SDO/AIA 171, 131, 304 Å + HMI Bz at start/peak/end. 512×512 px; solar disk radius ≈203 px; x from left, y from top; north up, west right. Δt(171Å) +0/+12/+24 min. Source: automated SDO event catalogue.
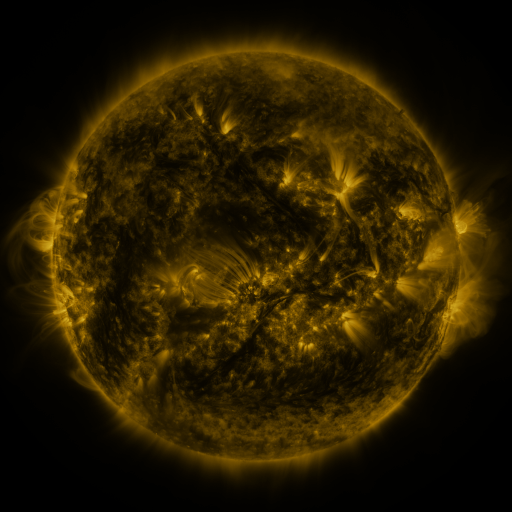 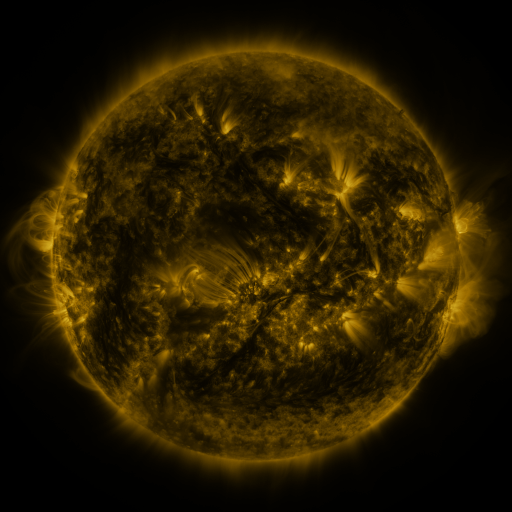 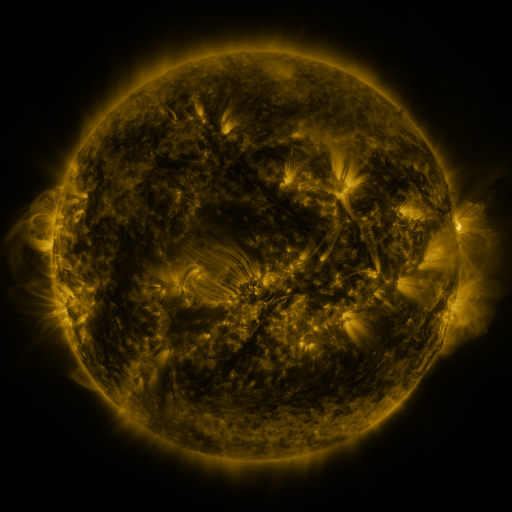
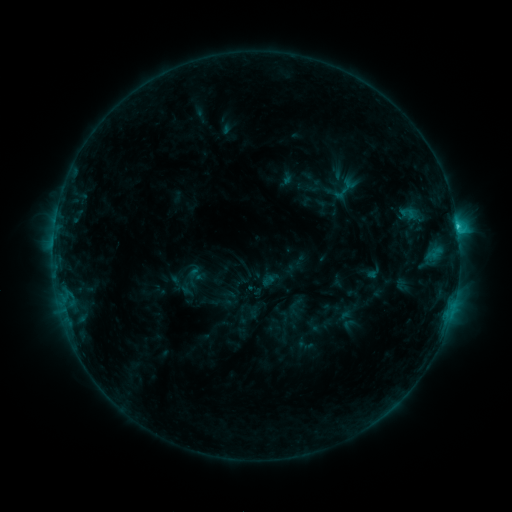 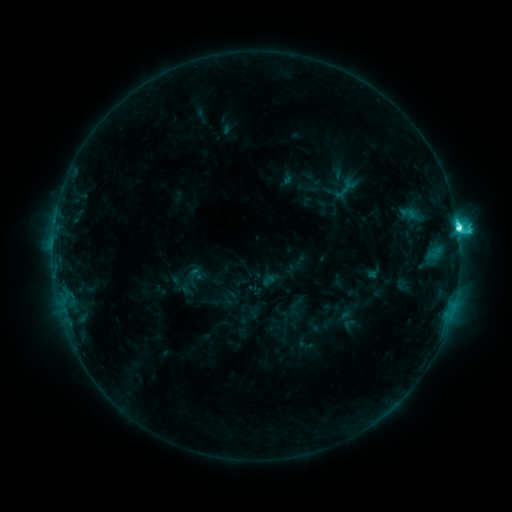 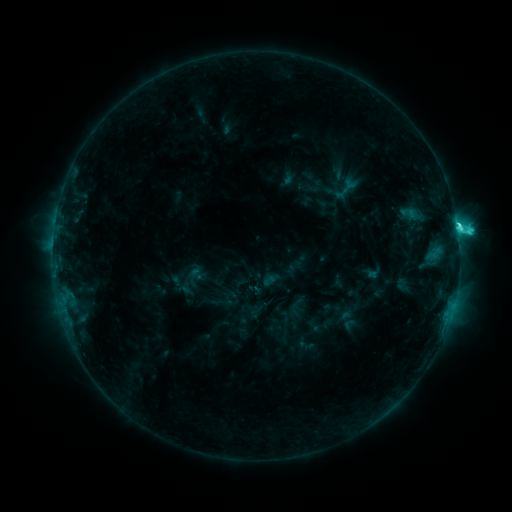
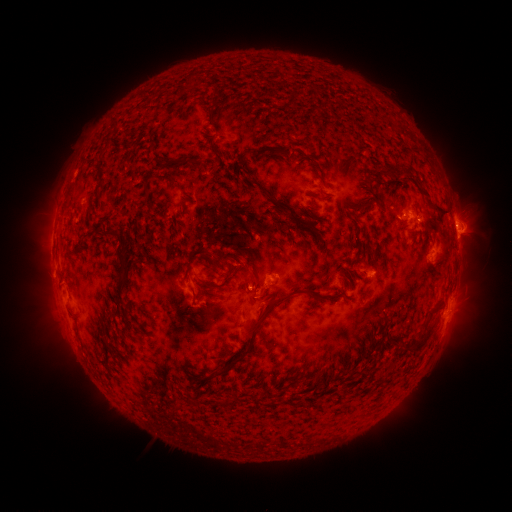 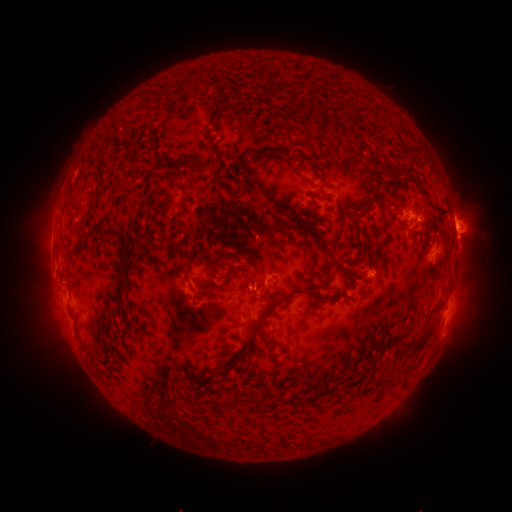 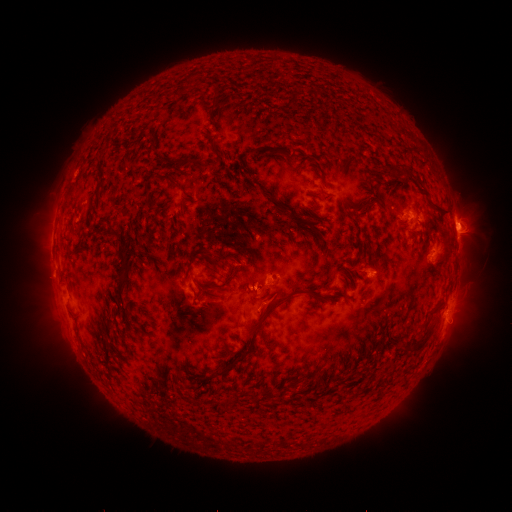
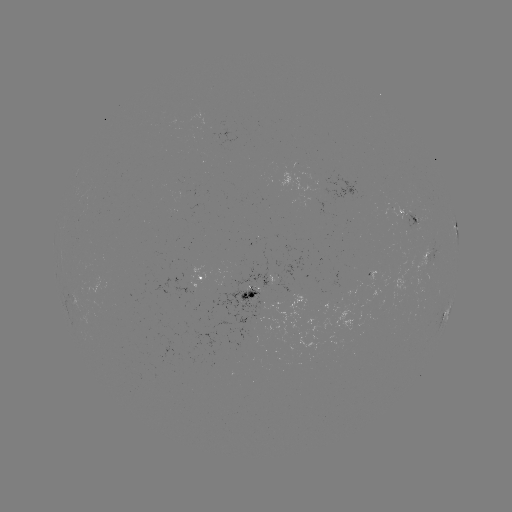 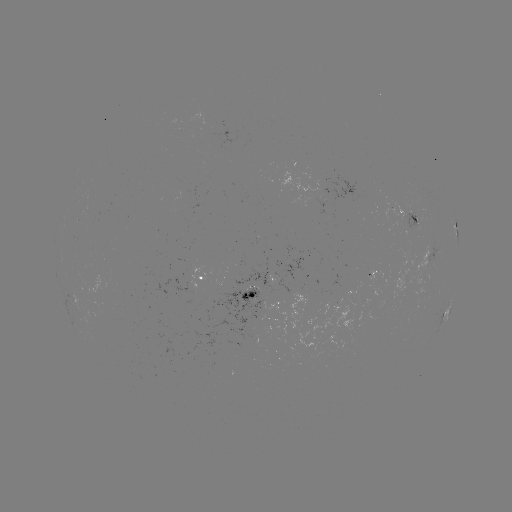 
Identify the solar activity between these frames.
C7.7 flare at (457, 231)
